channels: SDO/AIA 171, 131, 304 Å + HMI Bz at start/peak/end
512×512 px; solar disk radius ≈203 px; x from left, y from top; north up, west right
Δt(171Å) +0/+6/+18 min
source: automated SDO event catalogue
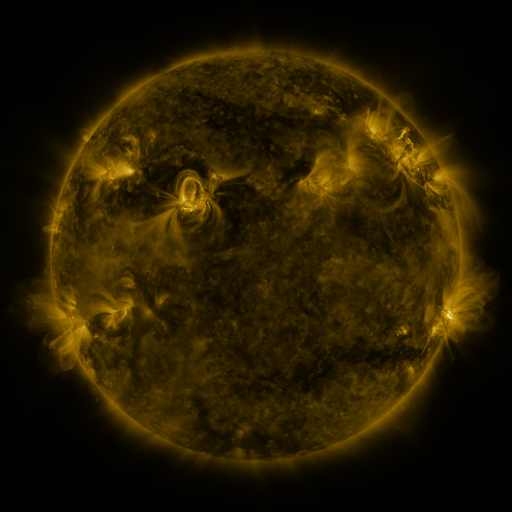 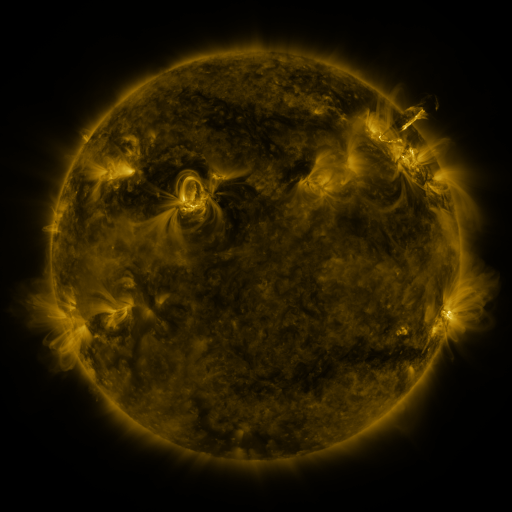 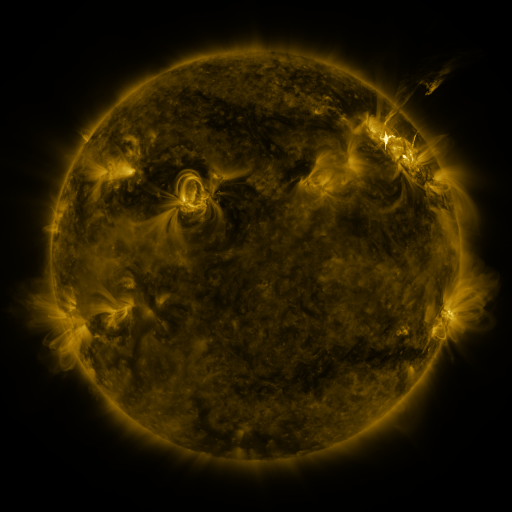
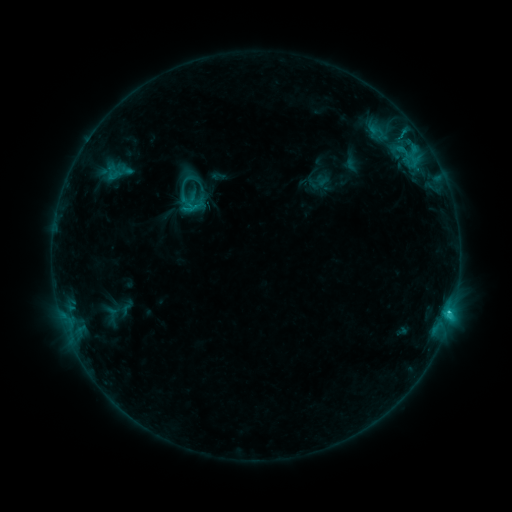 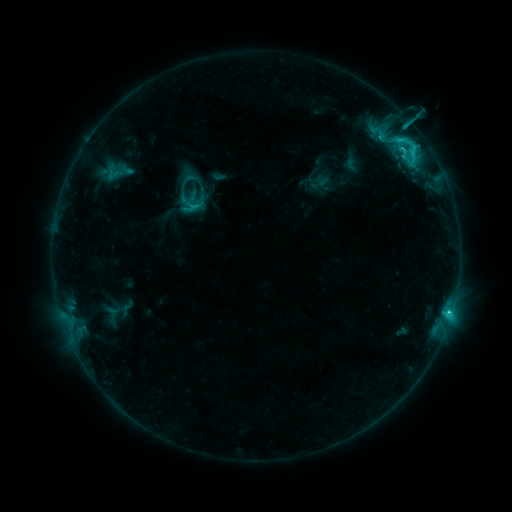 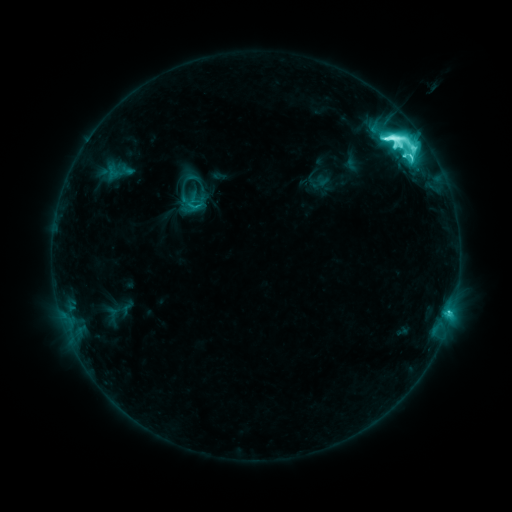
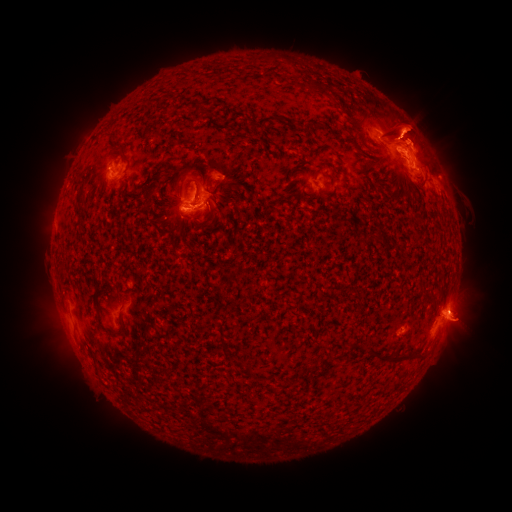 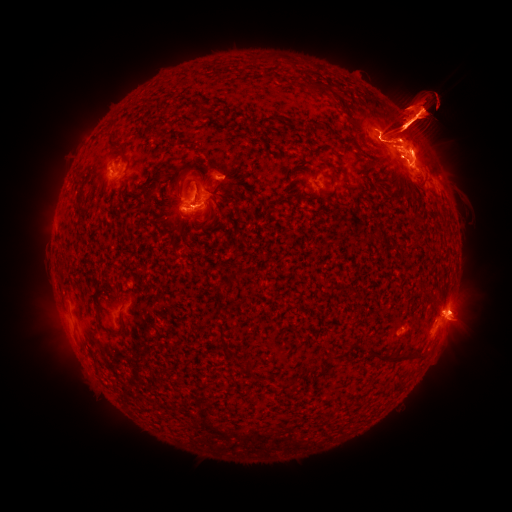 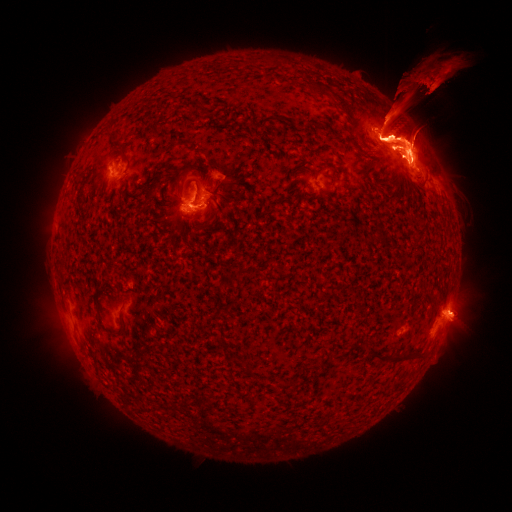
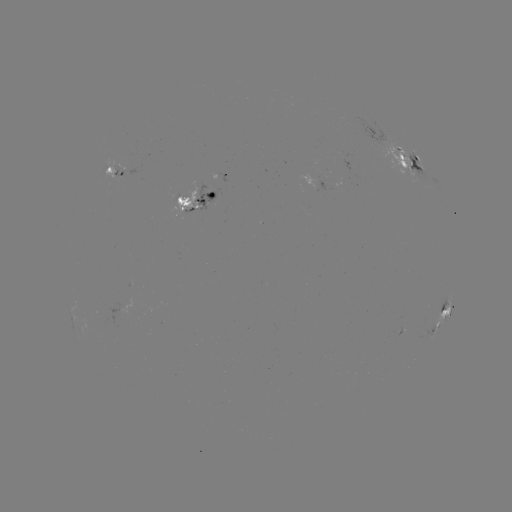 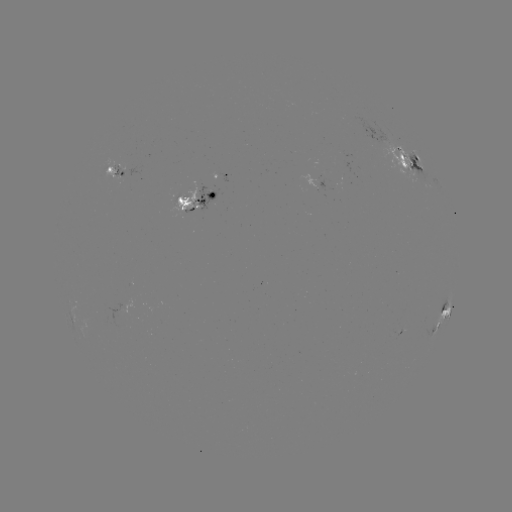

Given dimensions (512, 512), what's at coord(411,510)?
eruption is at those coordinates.